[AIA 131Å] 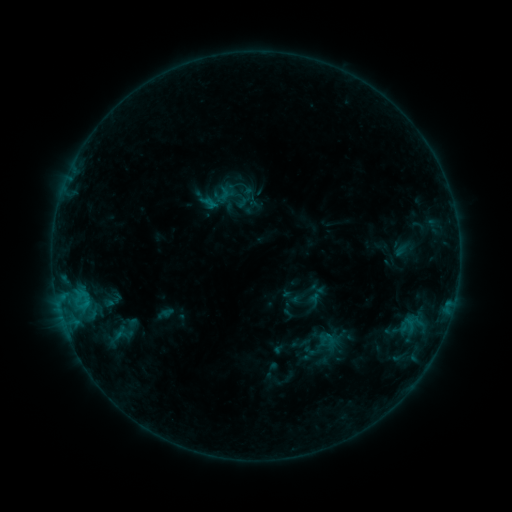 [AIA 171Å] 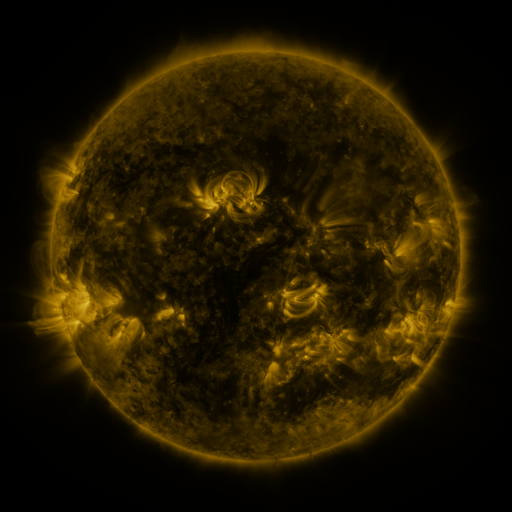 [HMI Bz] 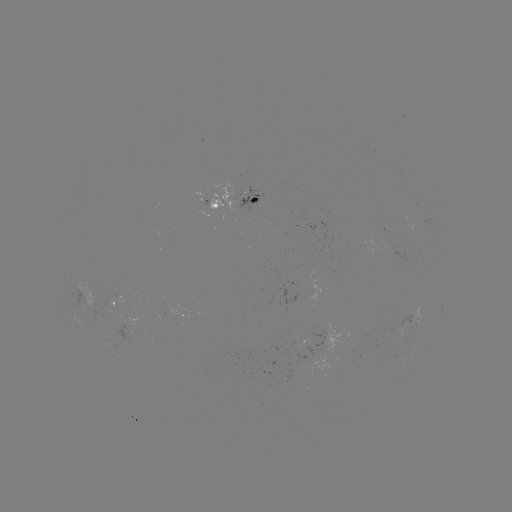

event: sigmoid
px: (112, 300)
